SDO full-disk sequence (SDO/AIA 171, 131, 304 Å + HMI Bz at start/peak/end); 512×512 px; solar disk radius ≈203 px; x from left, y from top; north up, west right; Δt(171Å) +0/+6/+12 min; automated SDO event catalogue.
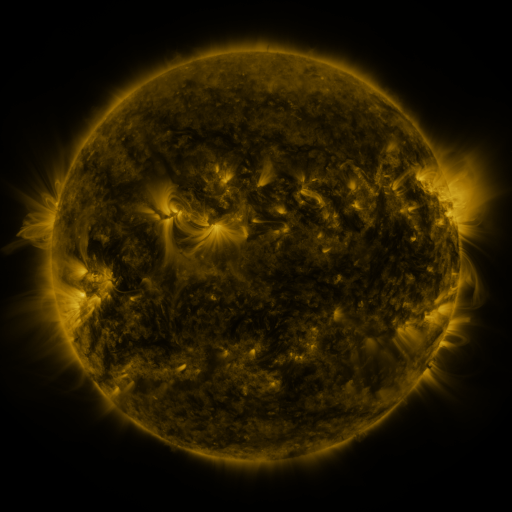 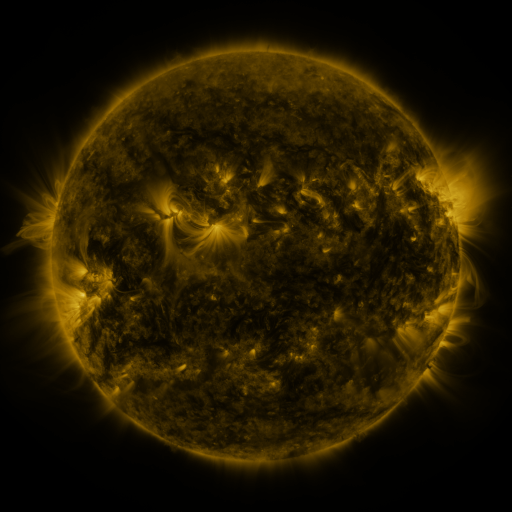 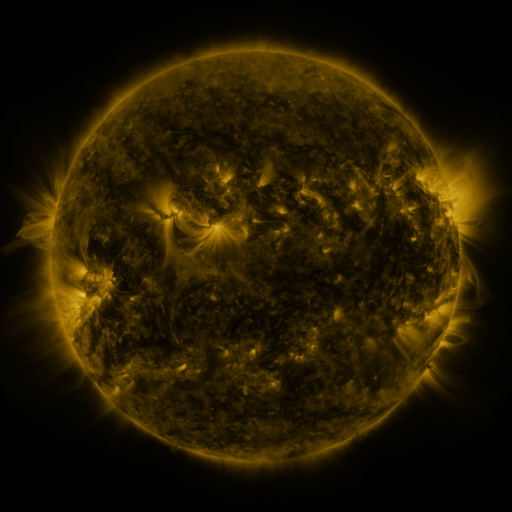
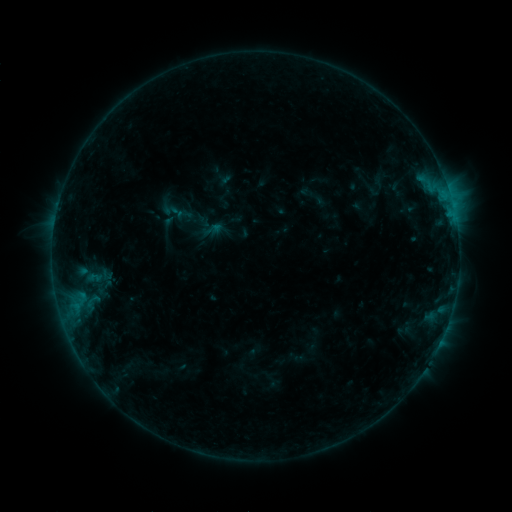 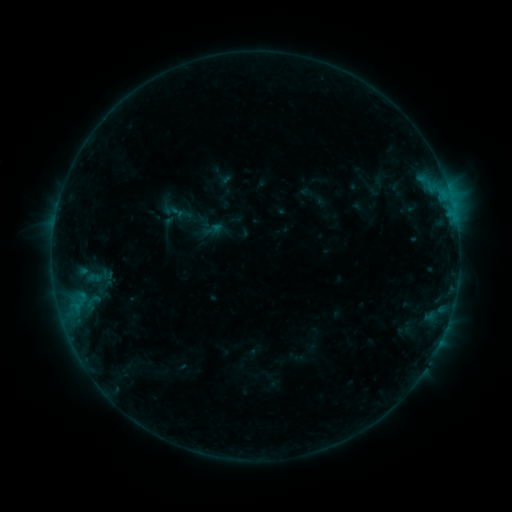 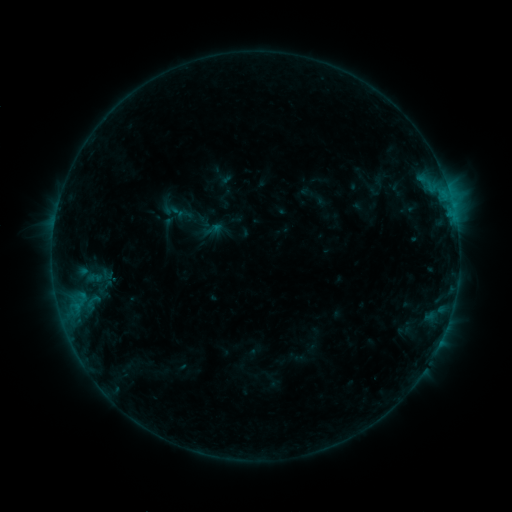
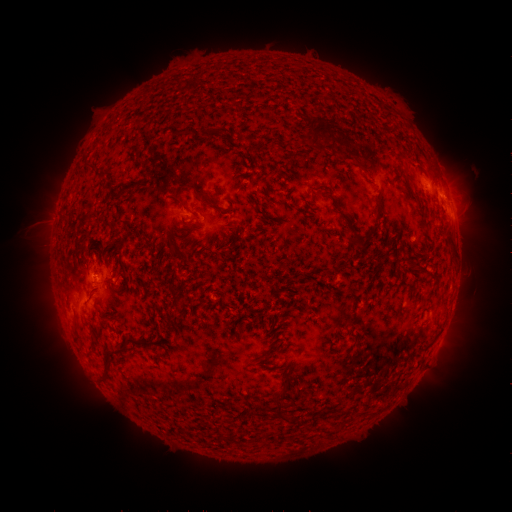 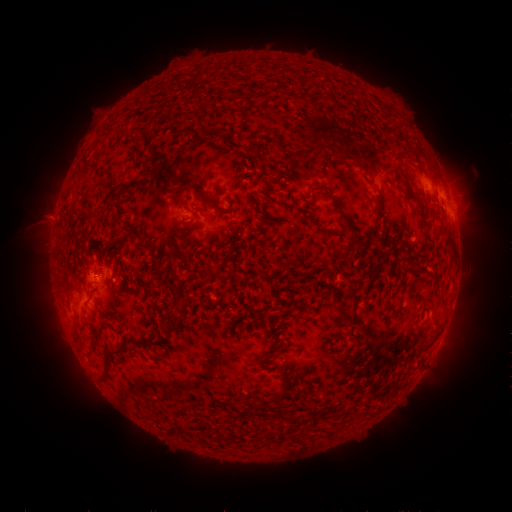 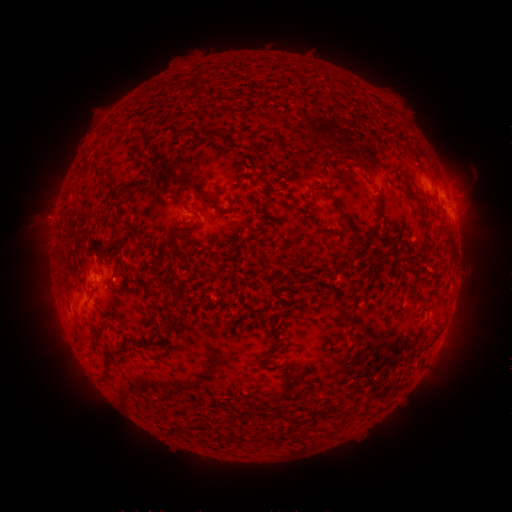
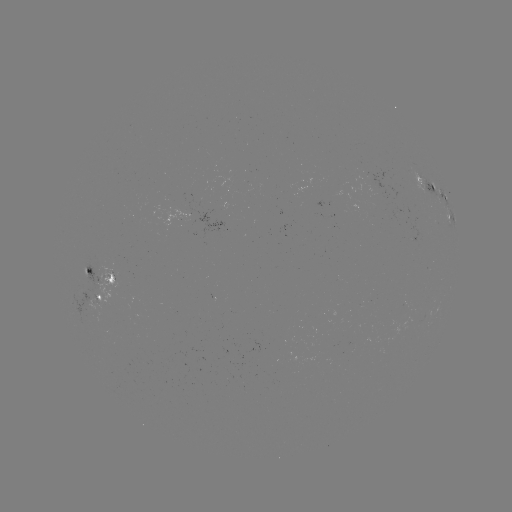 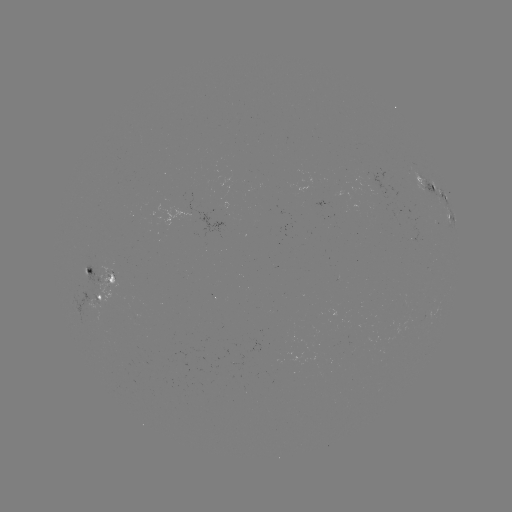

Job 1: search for eruption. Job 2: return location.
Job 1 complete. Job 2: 48,217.